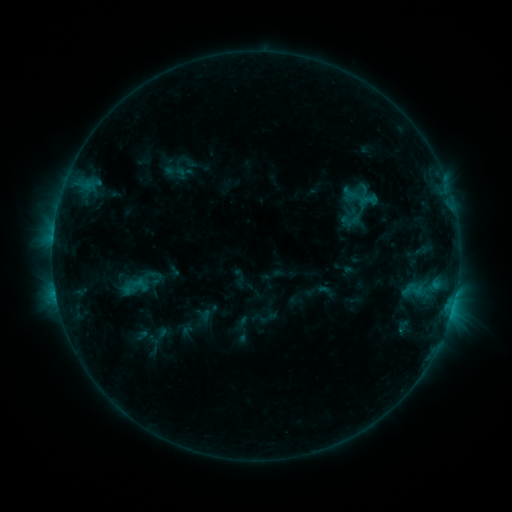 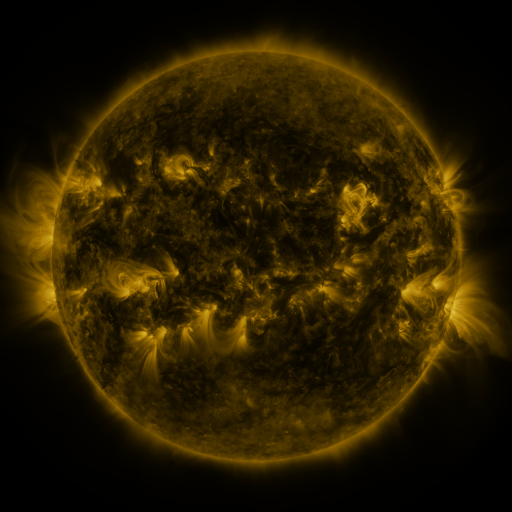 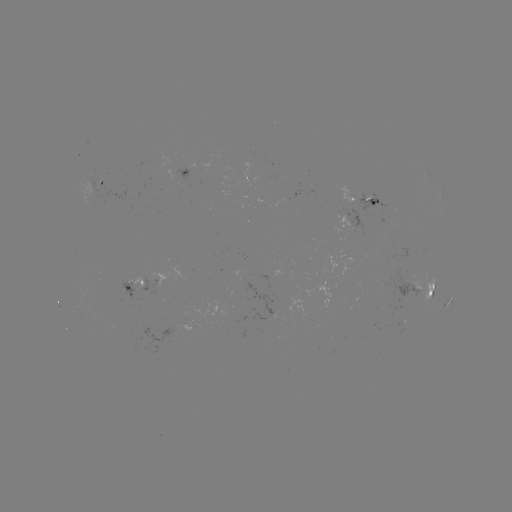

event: sigmoid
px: (174, 170)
